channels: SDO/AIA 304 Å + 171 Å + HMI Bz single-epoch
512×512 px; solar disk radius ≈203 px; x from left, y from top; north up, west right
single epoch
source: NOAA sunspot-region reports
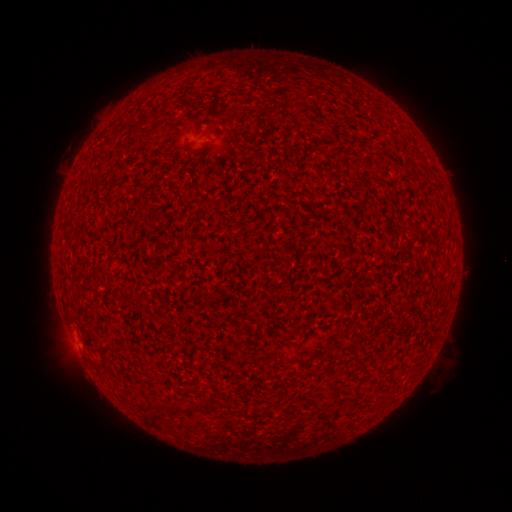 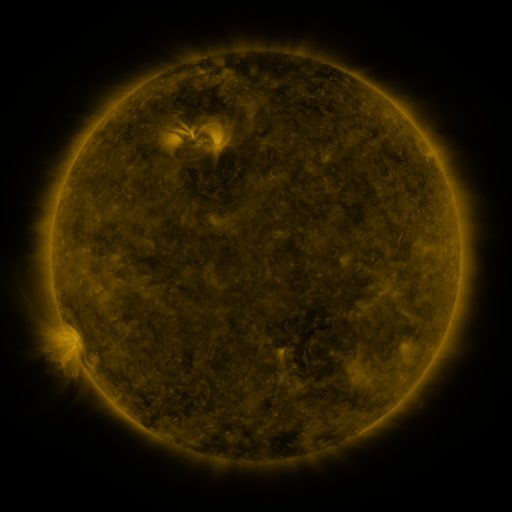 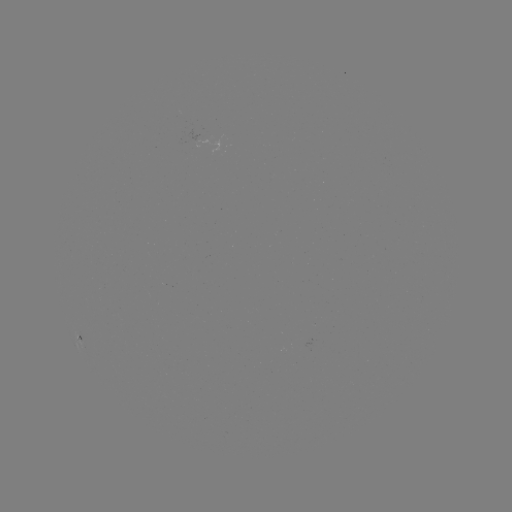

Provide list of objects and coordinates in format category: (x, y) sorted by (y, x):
(none)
